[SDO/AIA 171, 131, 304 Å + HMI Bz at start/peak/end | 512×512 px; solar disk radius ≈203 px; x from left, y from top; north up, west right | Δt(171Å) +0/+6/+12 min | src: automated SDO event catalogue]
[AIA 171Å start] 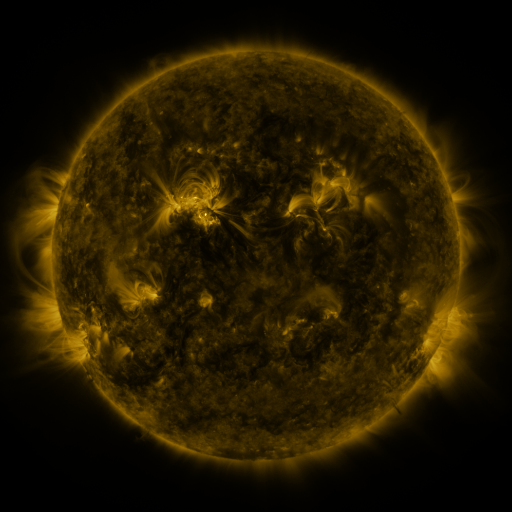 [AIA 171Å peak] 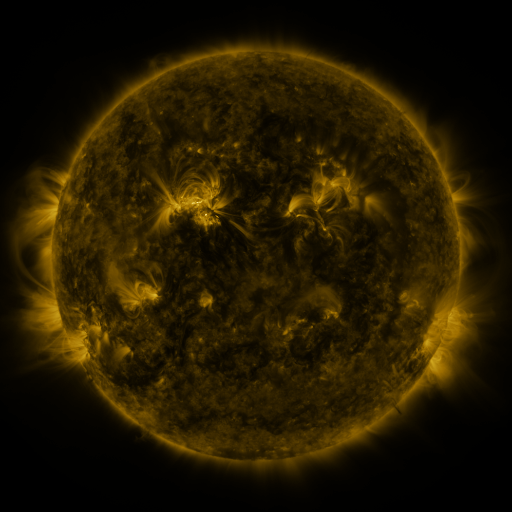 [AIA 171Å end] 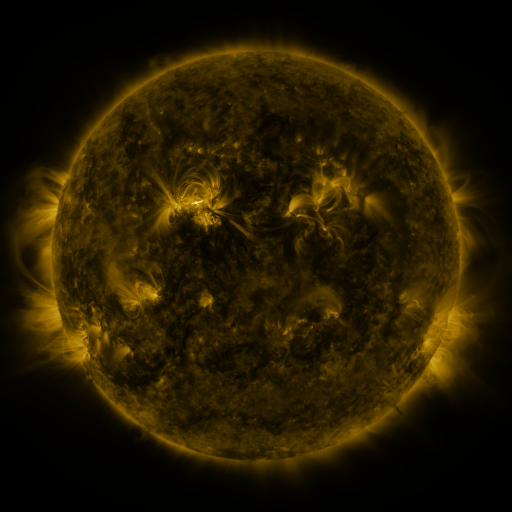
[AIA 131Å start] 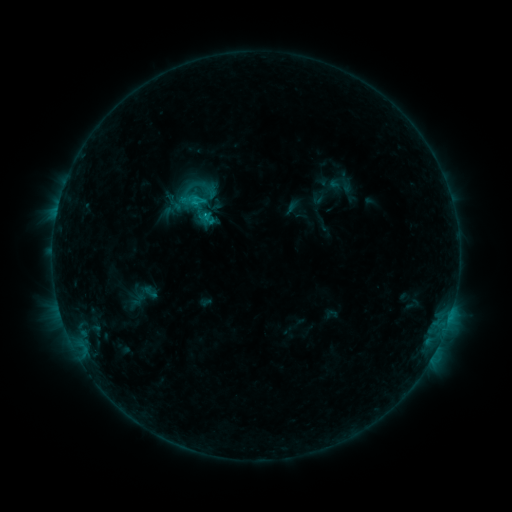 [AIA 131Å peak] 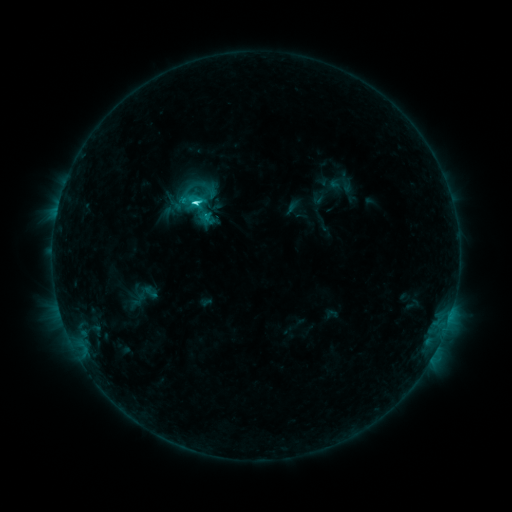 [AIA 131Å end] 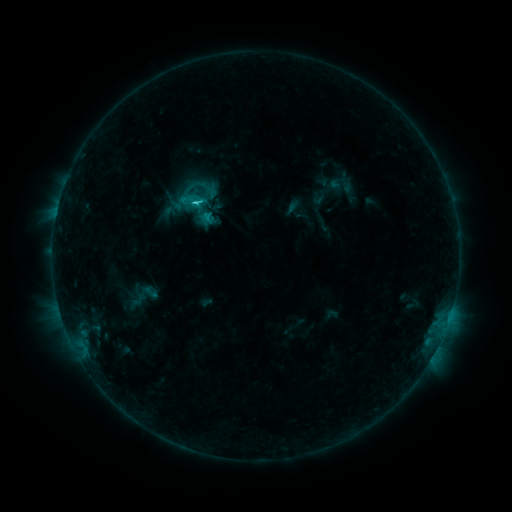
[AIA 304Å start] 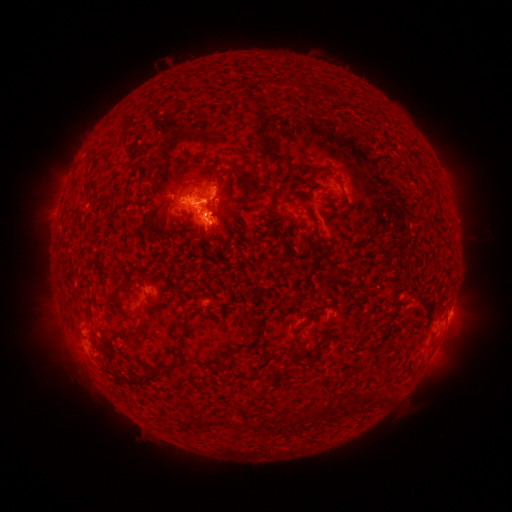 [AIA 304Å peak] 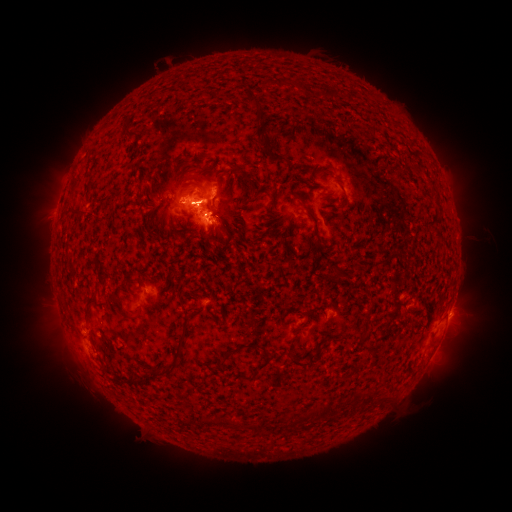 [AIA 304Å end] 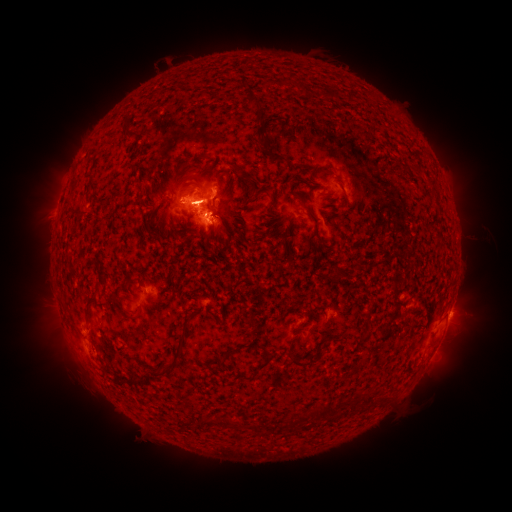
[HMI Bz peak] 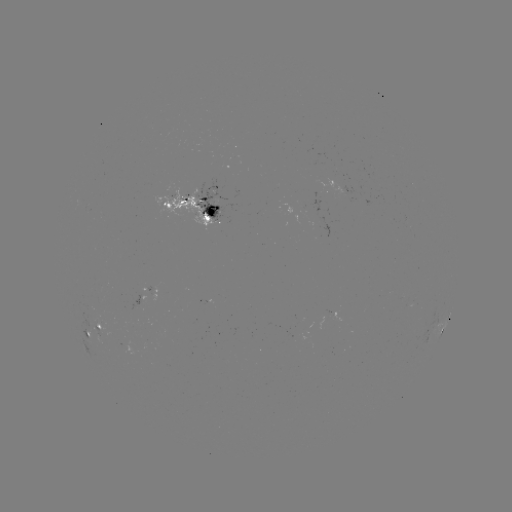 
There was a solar flare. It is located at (197, 206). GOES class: C3.6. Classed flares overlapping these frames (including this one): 1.